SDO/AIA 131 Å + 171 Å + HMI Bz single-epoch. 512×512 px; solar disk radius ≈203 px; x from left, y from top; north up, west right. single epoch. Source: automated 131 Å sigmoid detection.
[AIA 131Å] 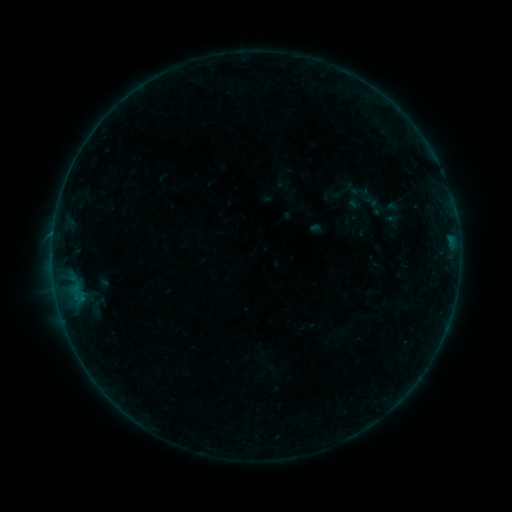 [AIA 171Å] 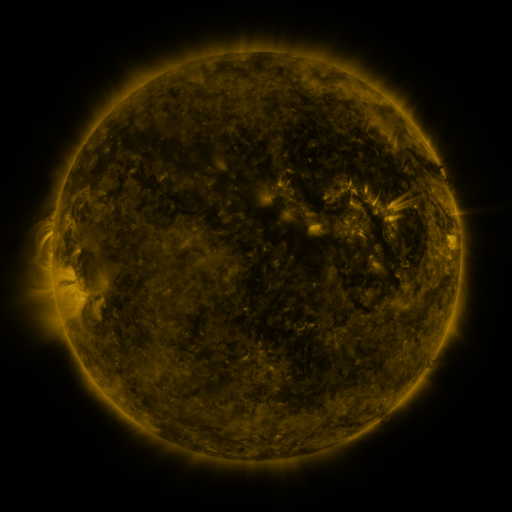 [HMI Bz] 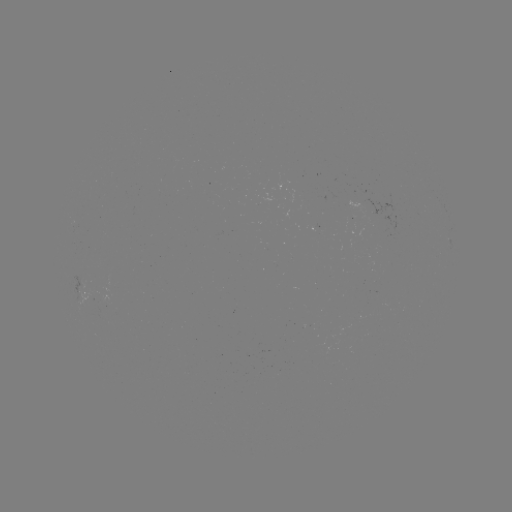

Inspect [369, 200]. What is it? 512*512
sigmoid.